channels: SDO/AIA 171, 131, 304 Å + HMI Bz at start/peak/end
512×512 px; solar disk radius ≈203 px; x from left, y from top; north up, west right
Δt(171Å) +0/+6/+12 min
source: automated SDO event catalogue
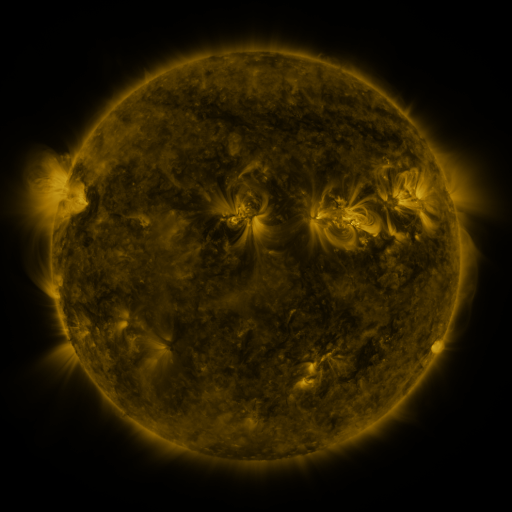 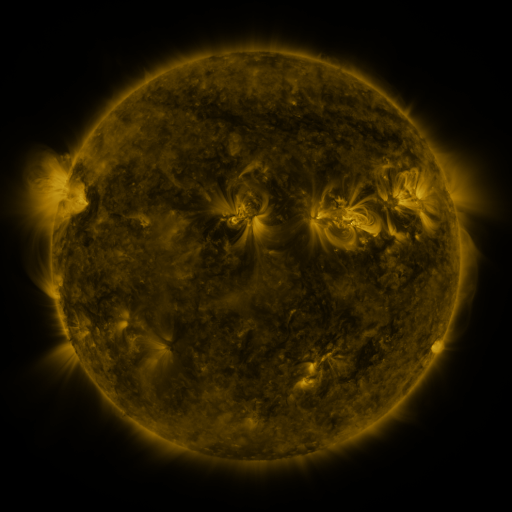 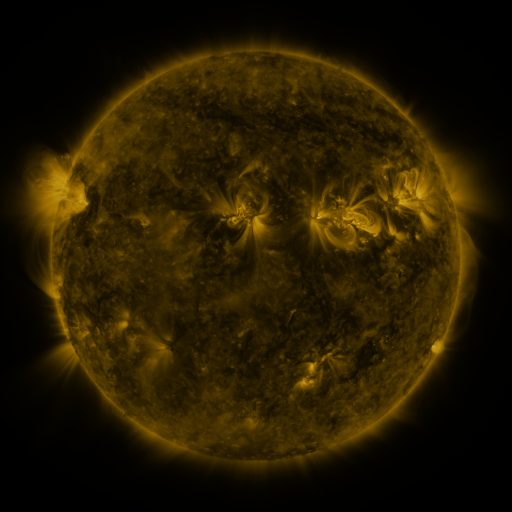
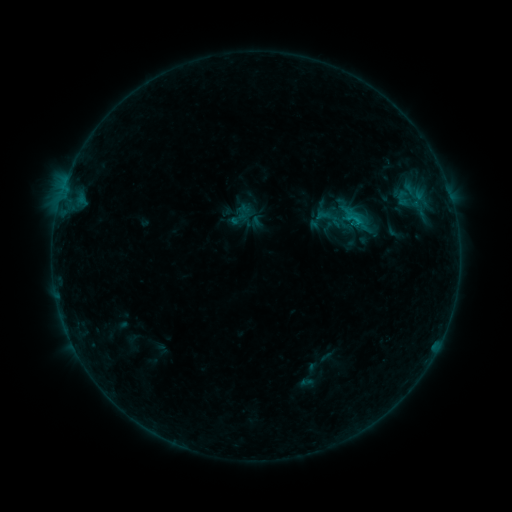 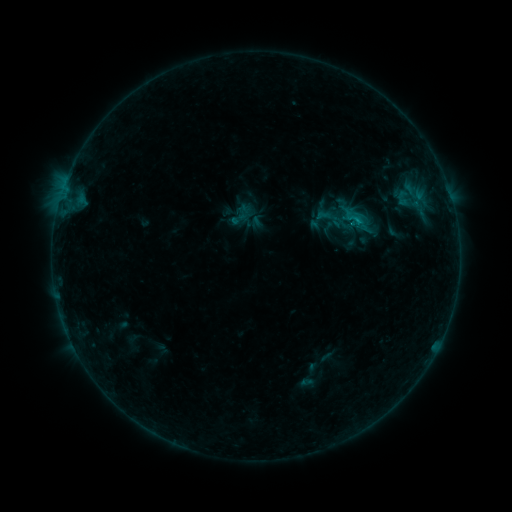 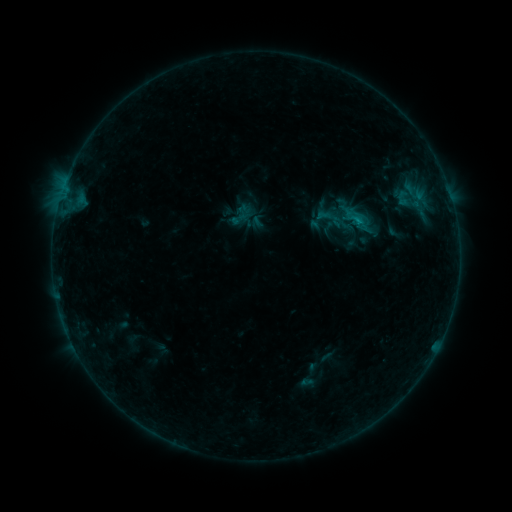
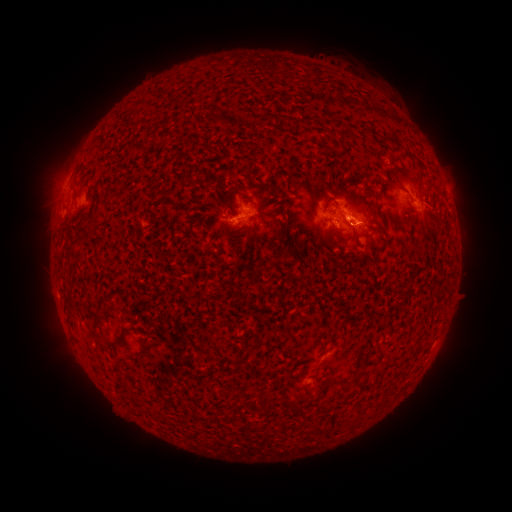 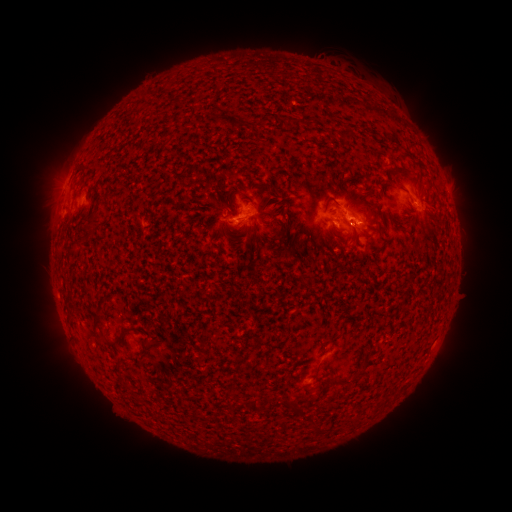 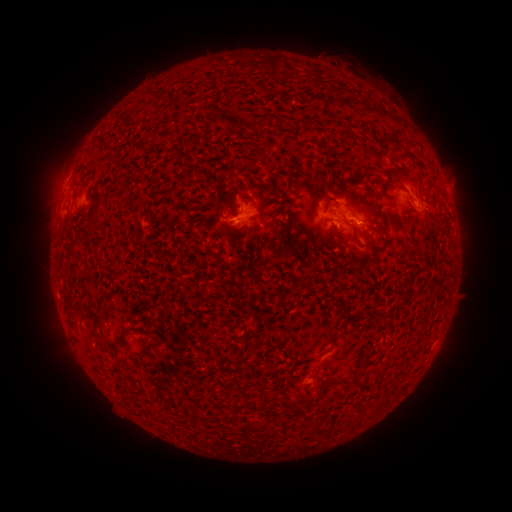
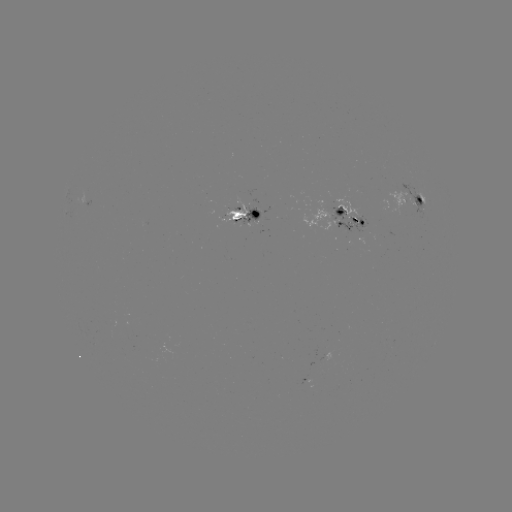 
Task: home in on C1.0 flare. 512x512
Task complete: (238, 223).